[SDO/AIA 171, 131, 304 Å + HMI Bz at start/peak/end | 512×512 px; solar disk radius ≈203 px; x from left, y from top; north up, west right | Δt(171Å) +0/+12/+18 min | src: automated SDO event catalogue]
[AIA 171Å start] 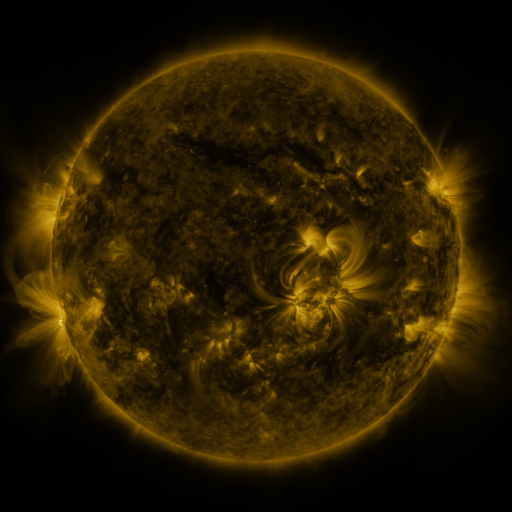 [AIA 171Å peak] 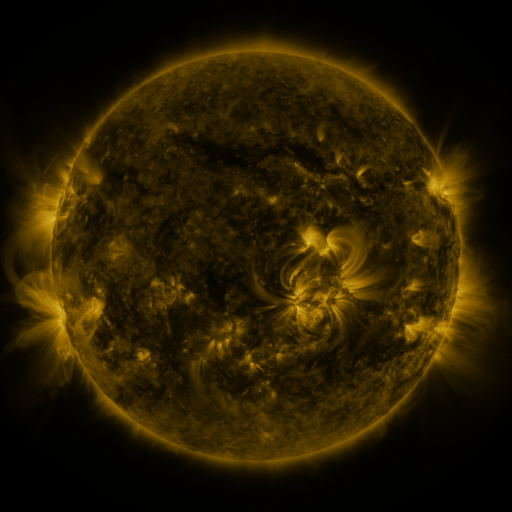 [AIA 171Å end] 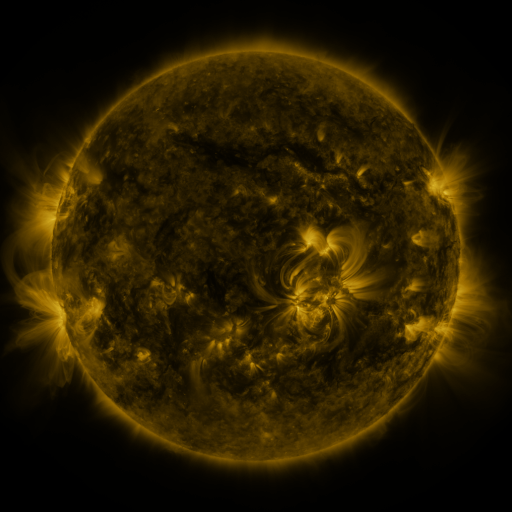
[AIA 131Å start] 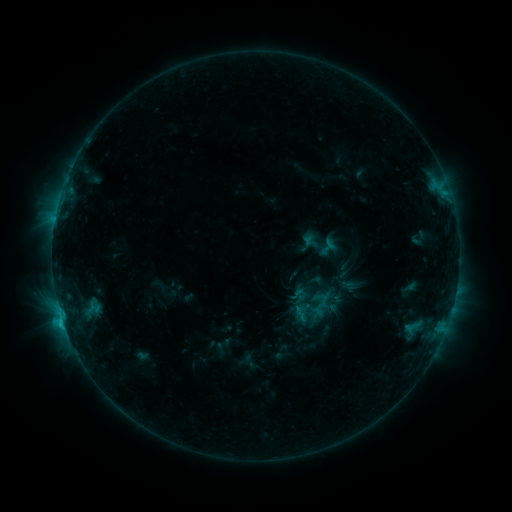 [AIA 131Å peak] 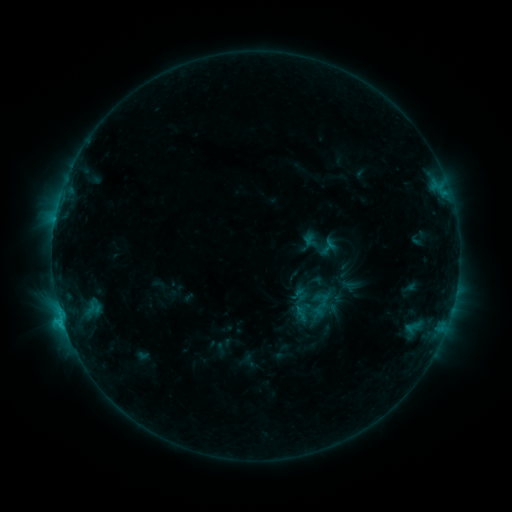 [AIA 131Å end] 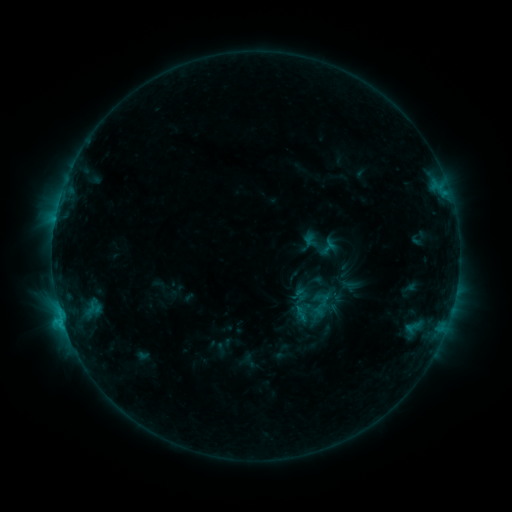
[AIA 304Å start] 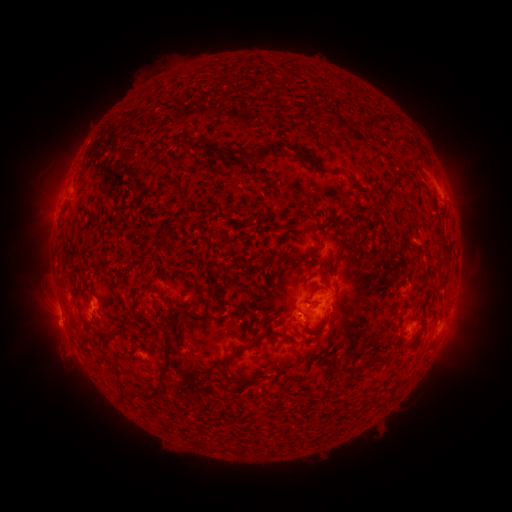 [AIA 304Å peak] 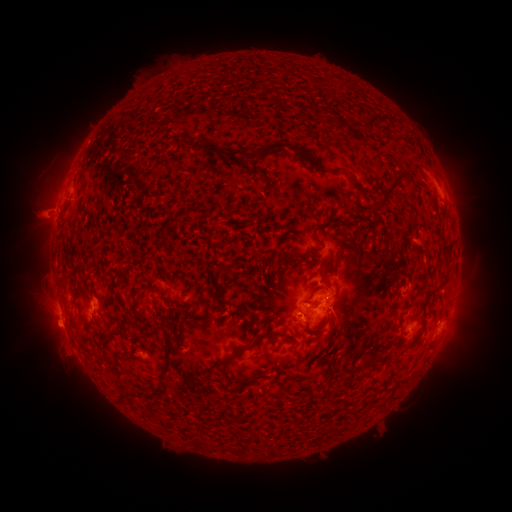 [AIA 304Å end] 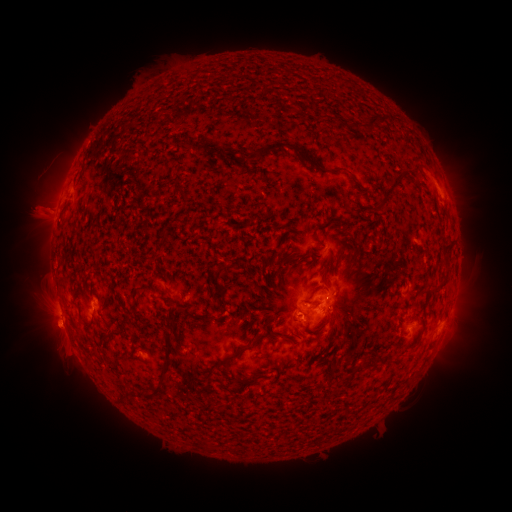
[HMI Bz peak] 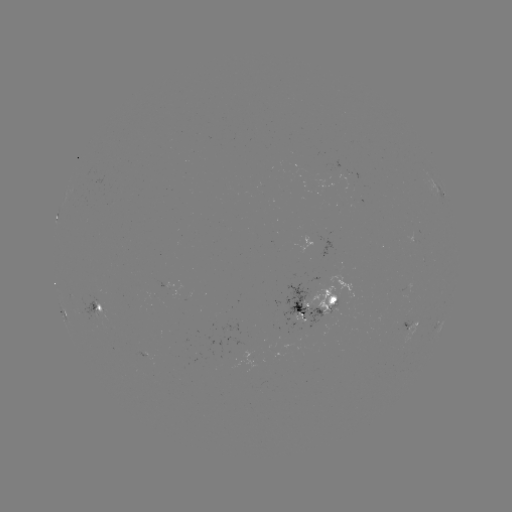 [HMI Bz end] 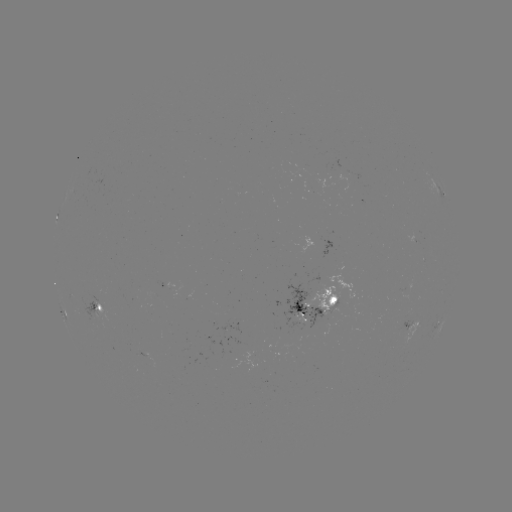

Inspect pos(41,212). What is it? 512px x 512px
eruption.